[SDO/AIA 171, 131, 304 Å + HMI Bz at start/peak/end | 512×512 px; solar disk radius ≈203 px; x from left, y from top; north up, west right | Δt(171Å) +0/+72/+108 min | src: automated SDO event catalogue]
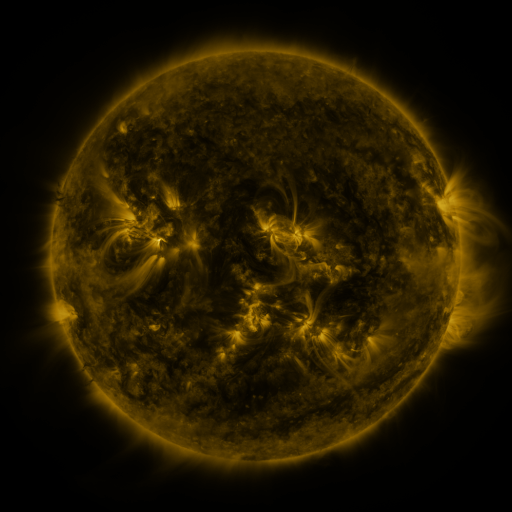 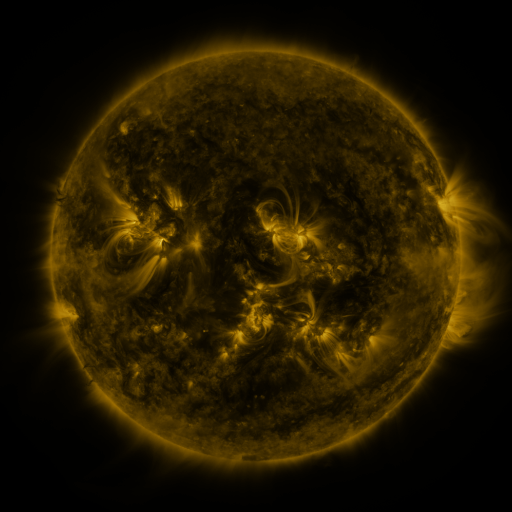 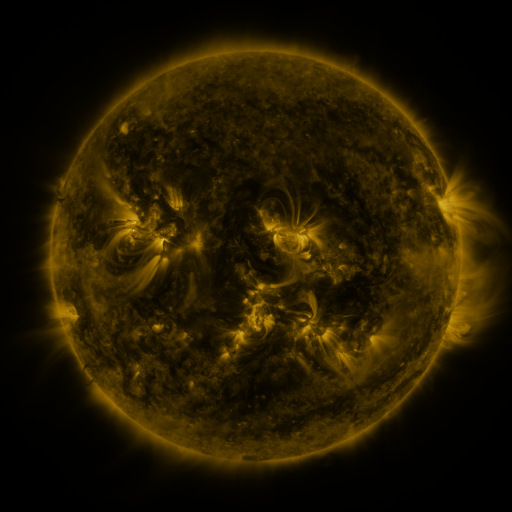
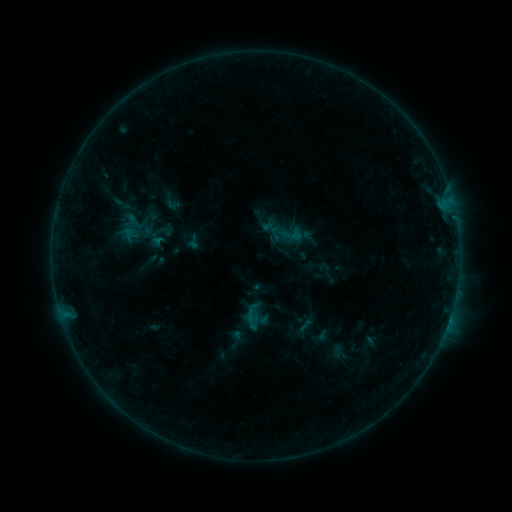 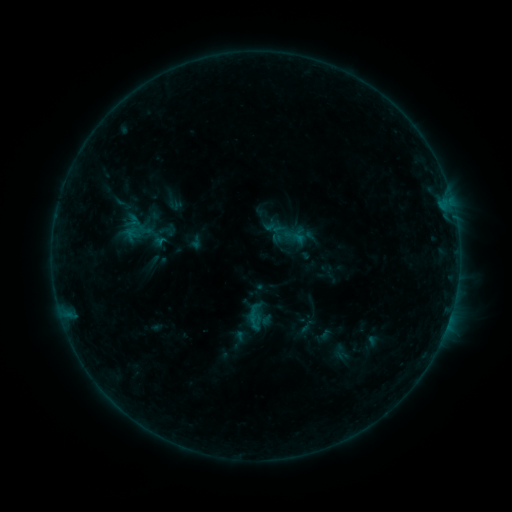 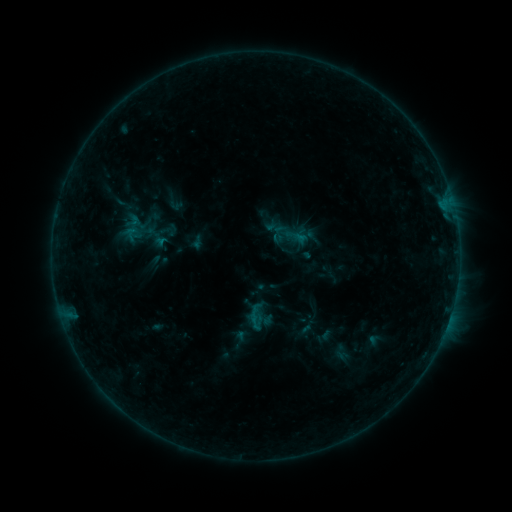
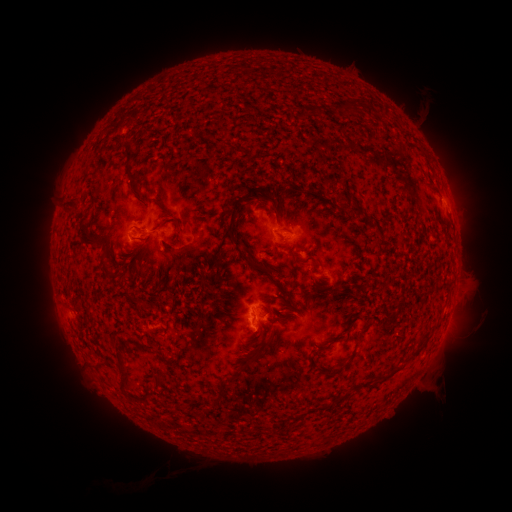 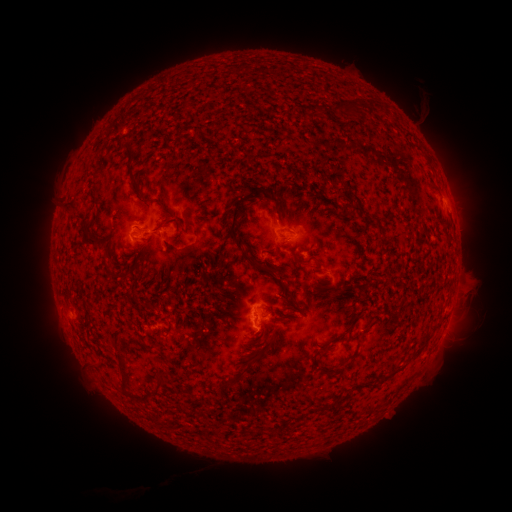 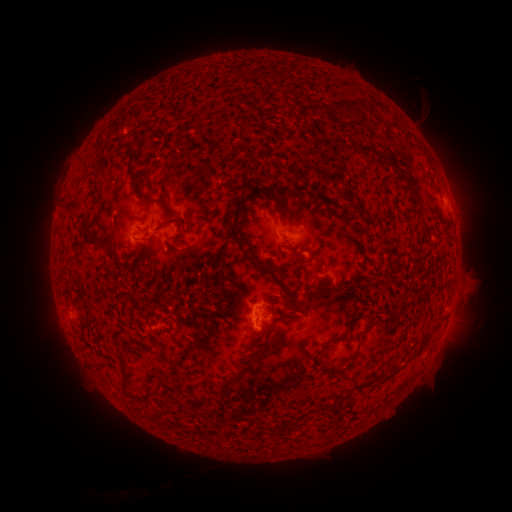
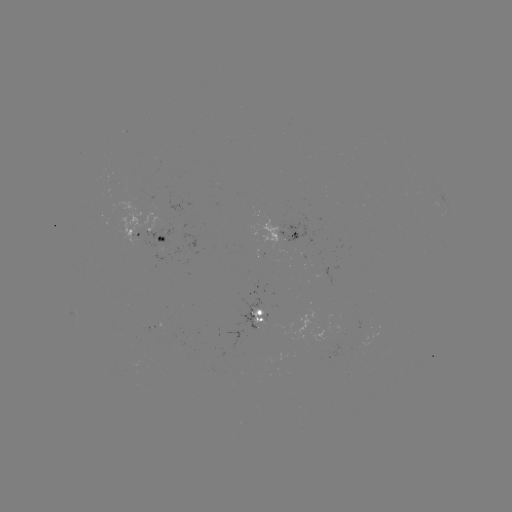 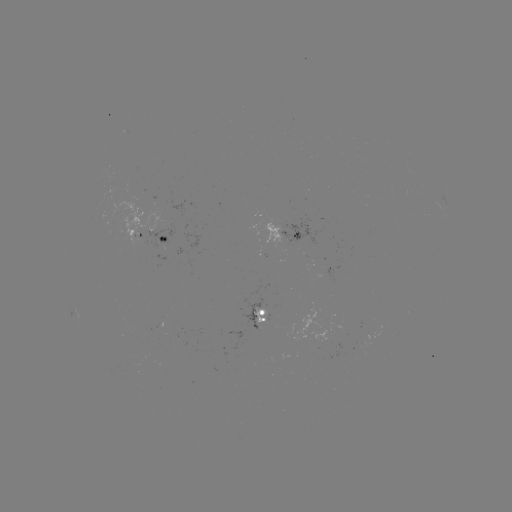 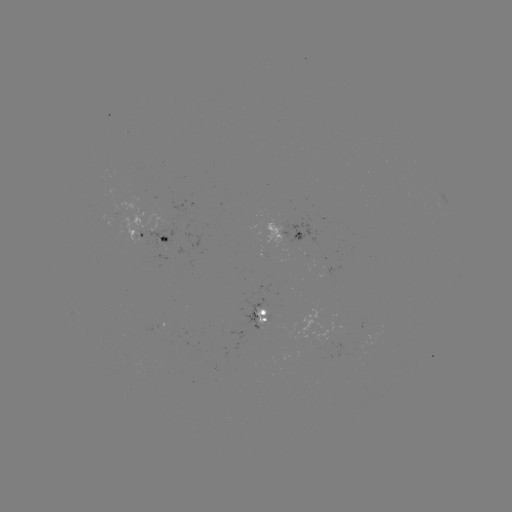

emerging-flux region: [280, 218, 315, 244]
